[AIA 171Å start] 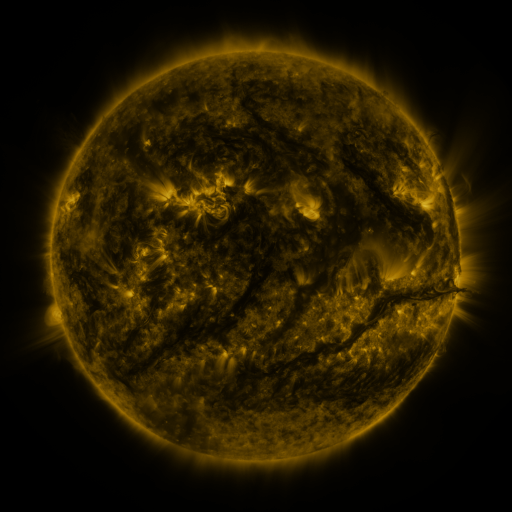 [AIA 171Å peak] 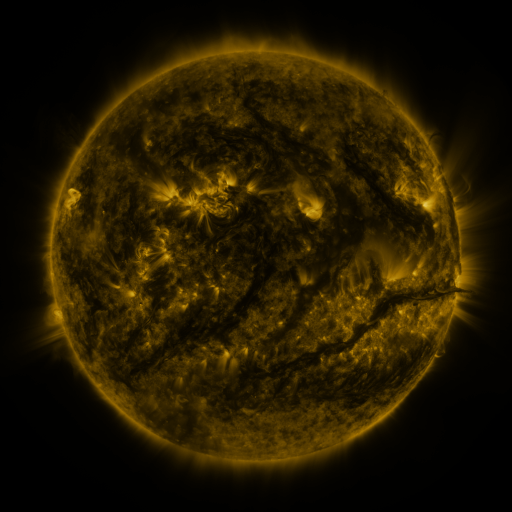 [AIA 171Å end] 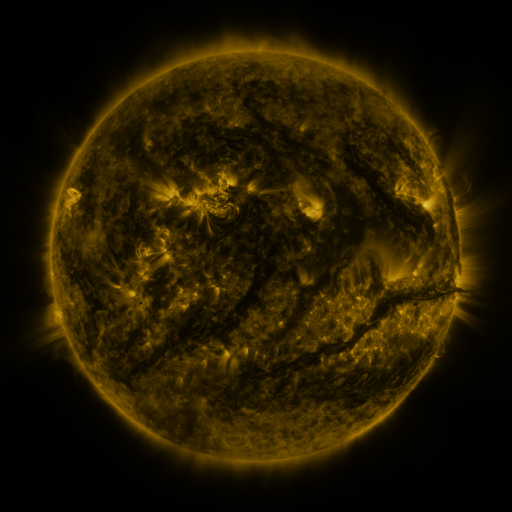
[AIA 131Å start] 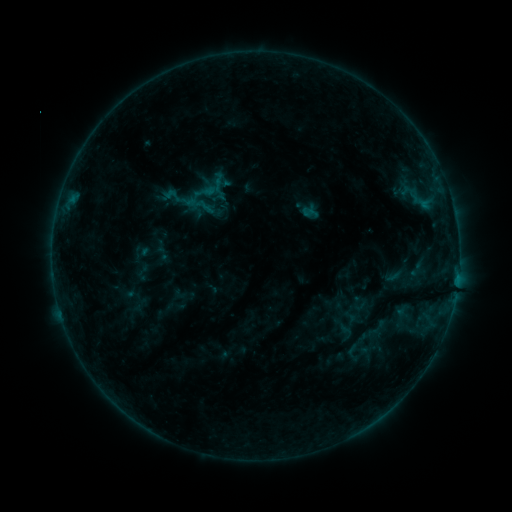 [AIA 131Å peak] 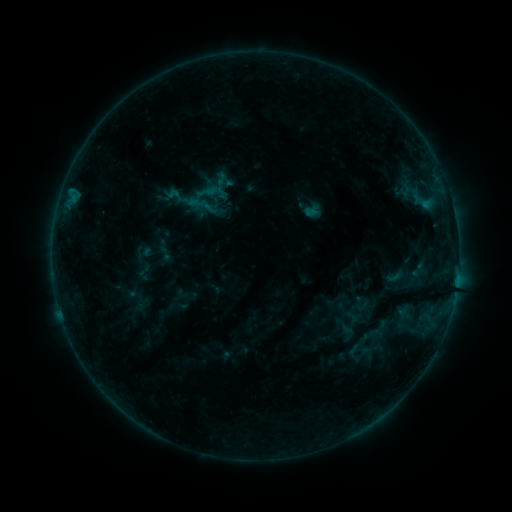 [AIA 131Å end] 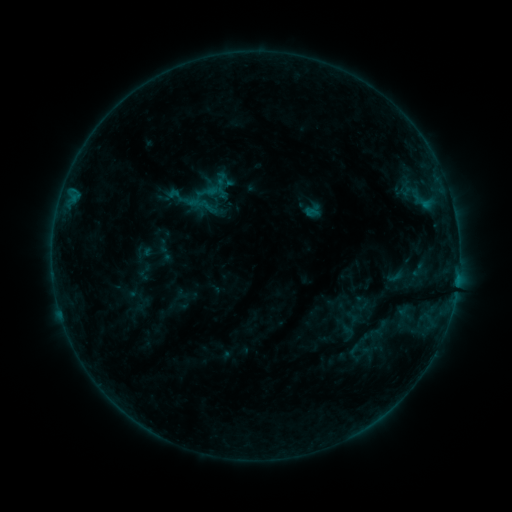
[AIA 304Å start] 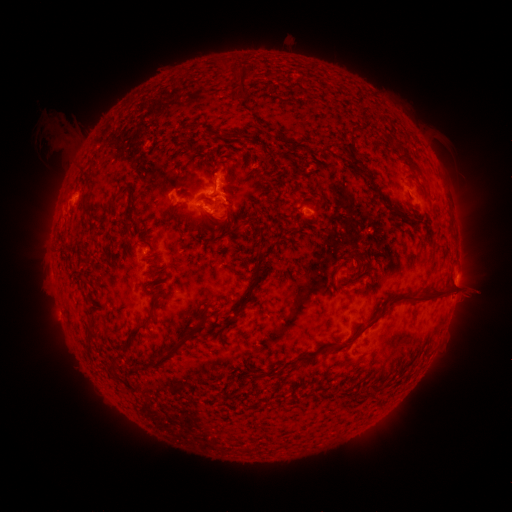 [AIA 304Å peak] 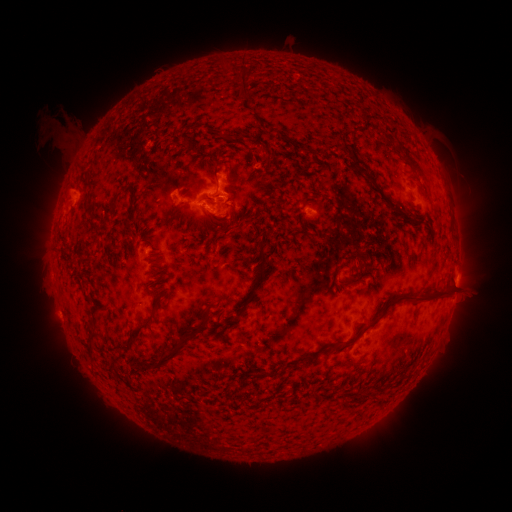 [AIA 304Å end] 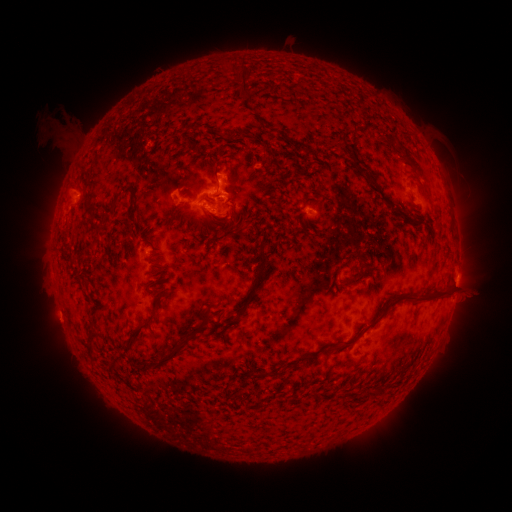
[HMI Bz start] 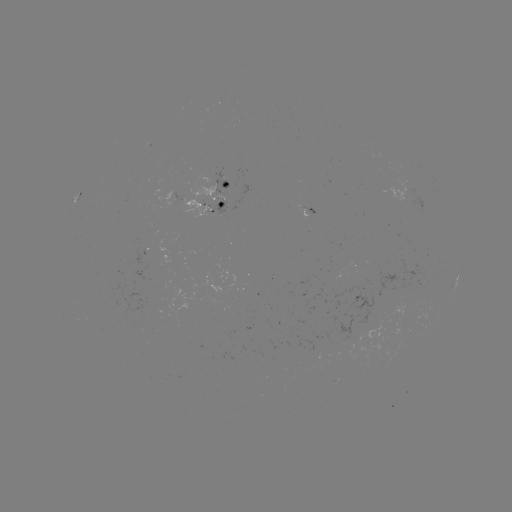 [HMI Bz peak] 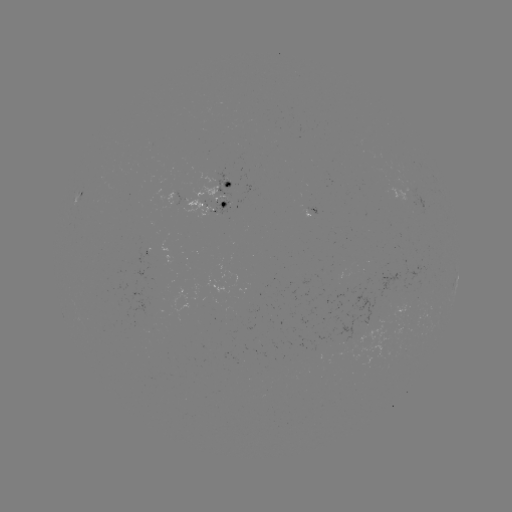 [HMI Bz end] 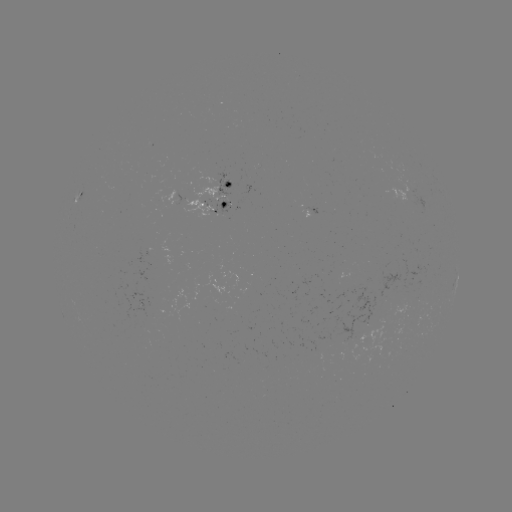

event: emerging-flux region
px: (364, 320)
